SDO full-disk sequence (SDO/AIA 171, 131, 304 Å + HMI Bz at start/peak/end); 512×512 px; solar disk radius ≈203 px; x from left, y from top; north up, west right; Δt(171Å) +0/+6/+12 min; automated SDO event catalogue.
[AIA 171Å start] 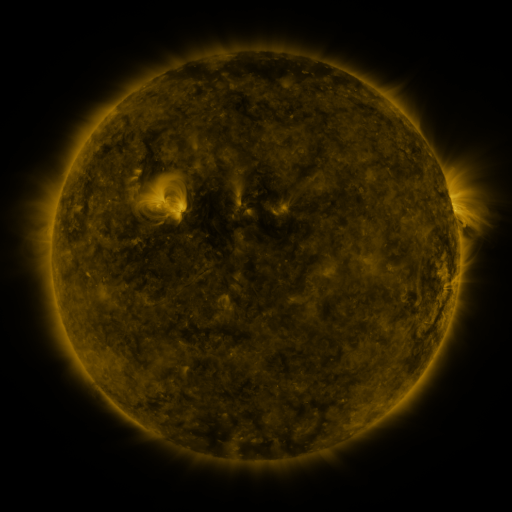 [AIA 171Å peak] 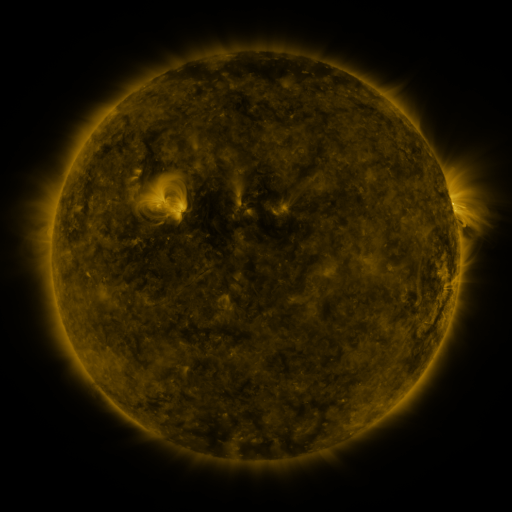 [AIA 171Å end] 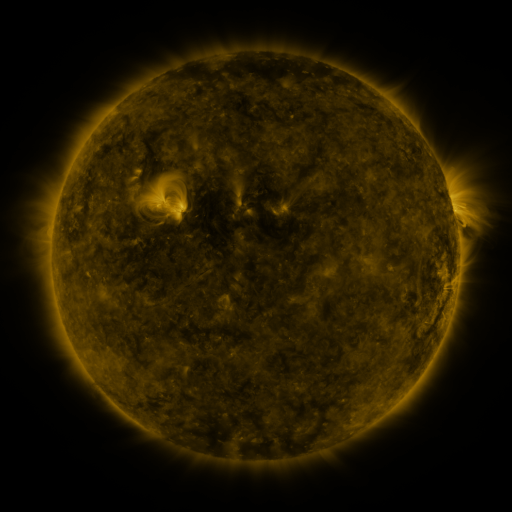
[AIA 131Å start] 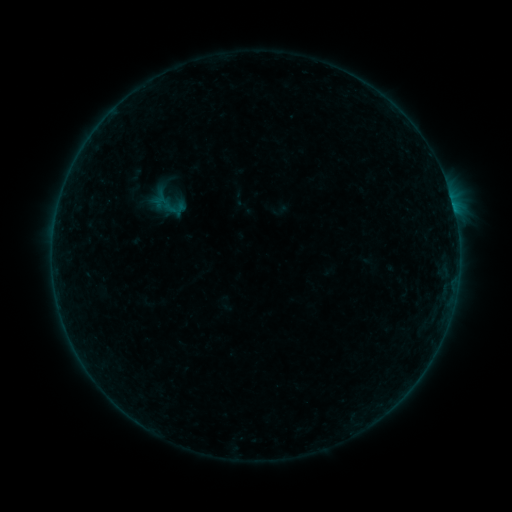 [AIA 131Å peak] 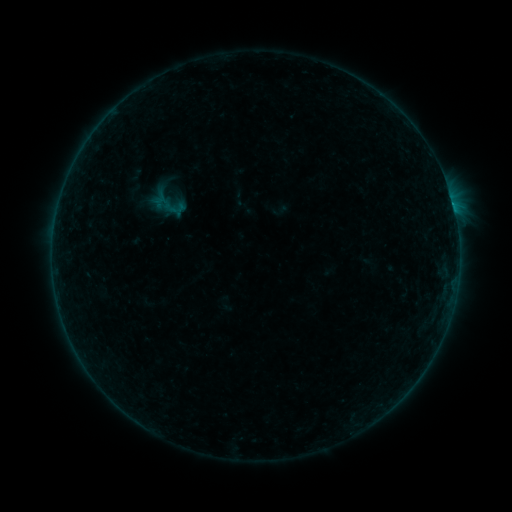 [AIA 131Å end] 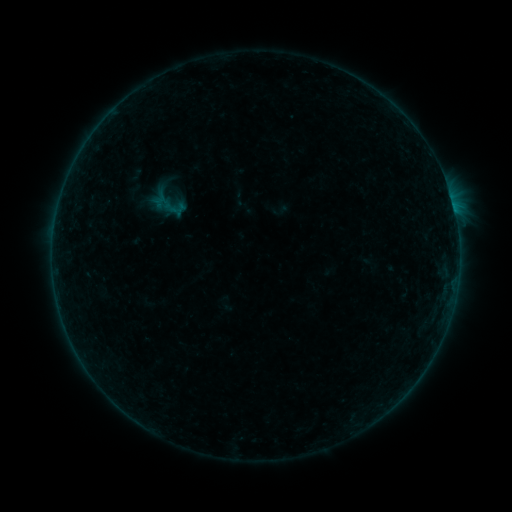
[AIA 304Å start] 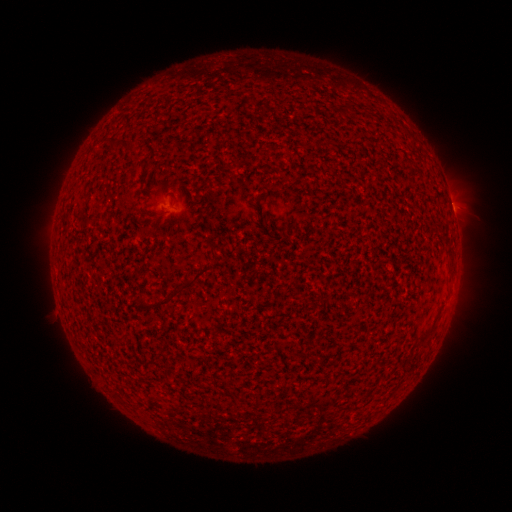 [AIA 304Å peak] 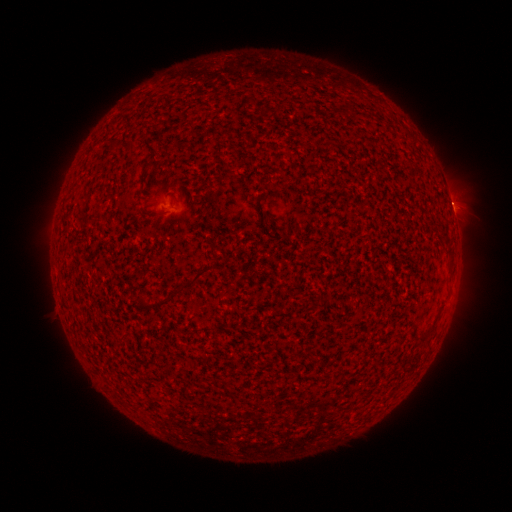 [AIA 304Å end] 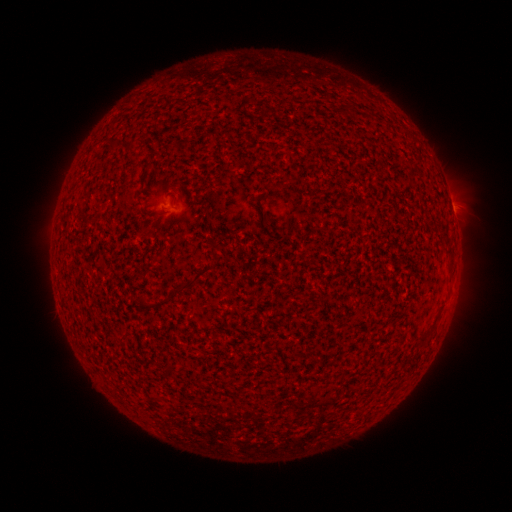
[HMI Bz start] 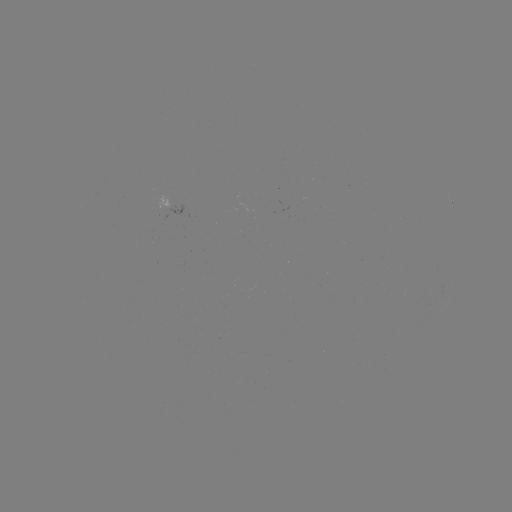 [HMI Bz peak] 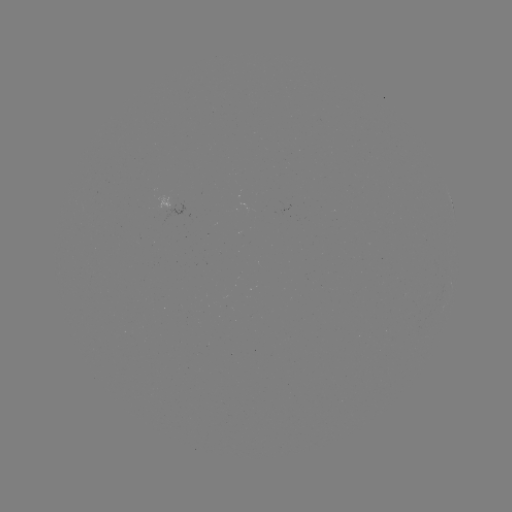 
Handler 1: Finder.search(B1.3 flare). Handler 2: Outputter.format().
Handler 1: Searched B1.3 flare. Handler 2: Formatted (453, 206).